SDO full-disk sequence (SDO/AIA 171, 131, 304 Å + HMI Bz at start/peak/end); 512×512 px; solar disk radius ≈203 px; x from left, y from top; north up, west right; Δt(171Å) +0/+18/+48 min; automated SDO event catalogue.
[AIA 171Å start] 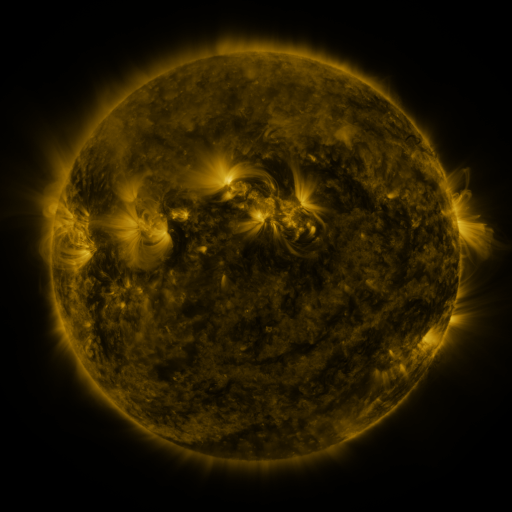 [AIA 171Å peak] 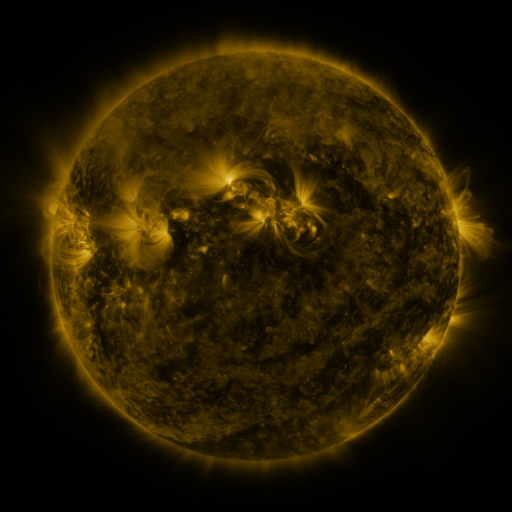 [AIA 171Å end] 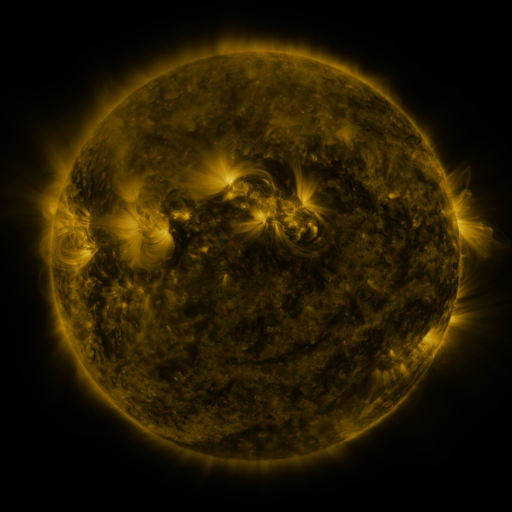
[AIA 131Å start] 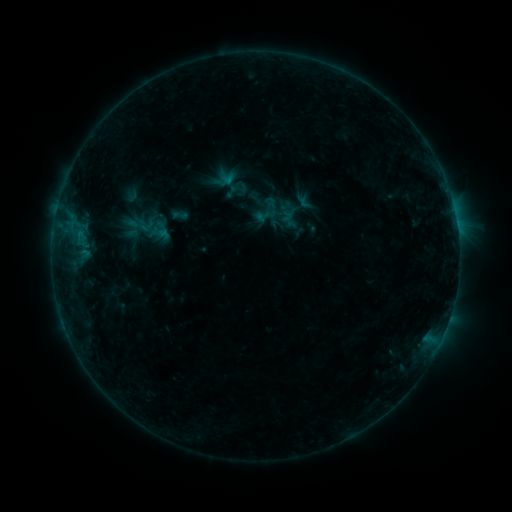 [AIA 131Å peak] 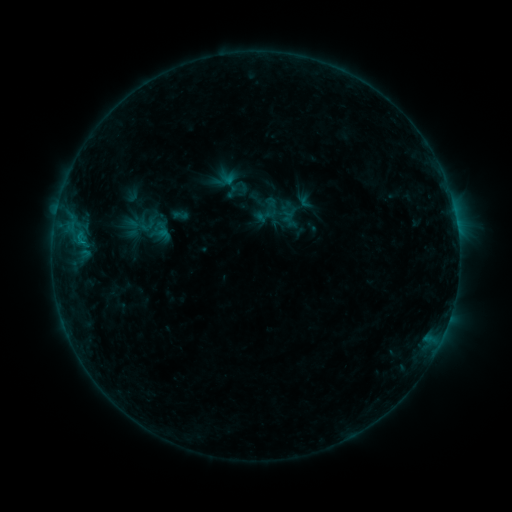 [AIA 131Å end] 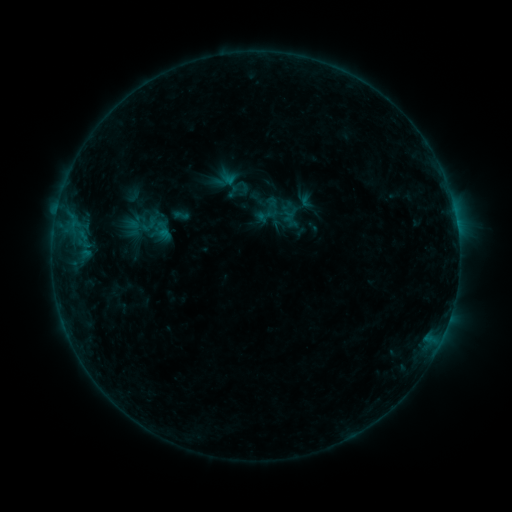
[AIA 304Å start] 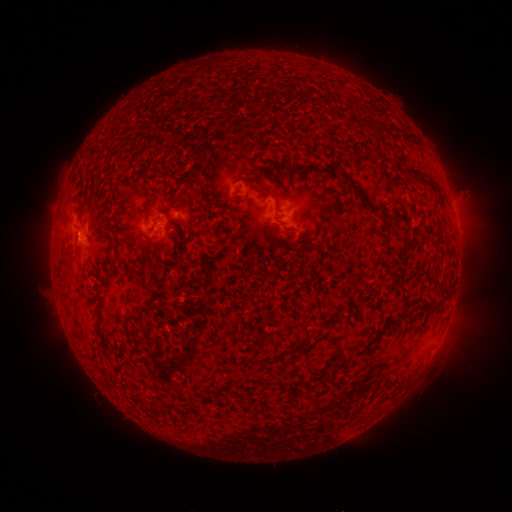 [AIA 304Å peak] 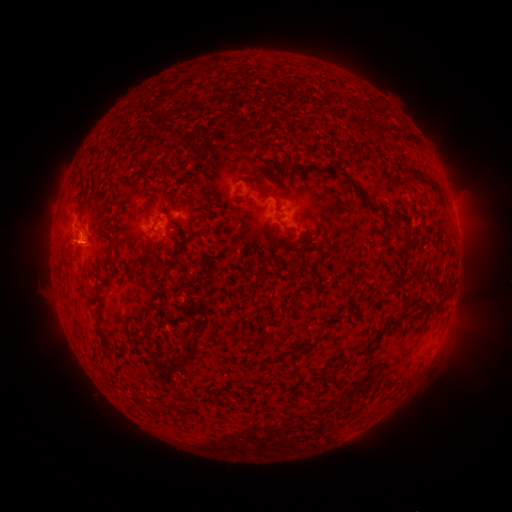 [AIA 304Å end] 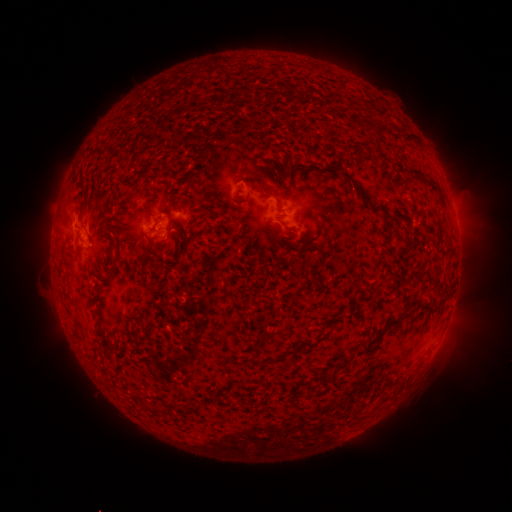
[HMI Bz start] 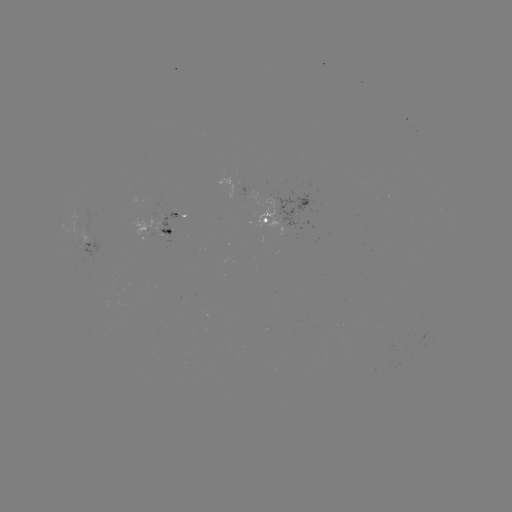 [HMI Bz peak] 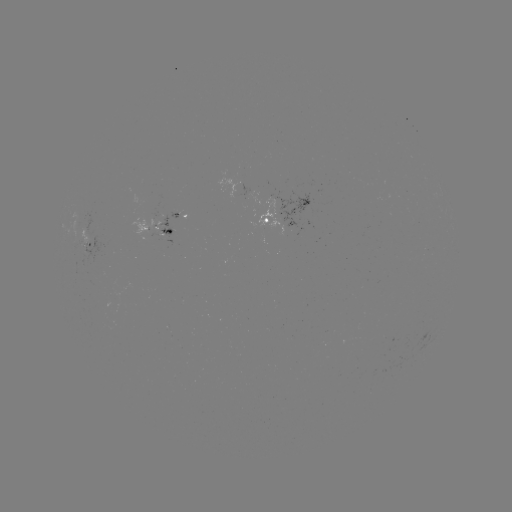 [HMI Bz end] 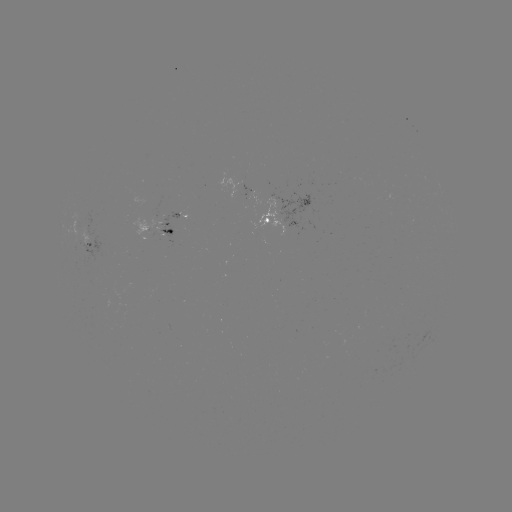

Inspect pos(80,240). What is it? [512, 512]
B4.9 flare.